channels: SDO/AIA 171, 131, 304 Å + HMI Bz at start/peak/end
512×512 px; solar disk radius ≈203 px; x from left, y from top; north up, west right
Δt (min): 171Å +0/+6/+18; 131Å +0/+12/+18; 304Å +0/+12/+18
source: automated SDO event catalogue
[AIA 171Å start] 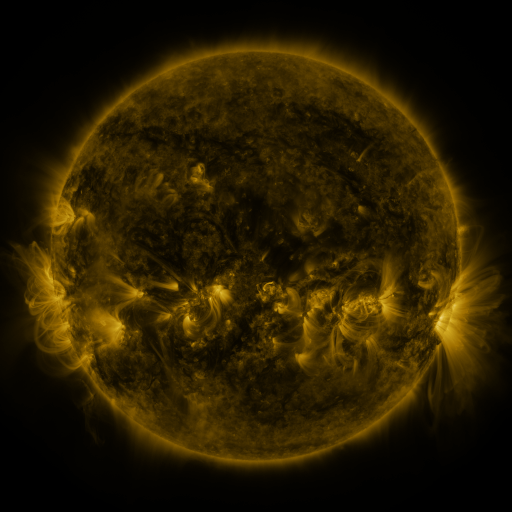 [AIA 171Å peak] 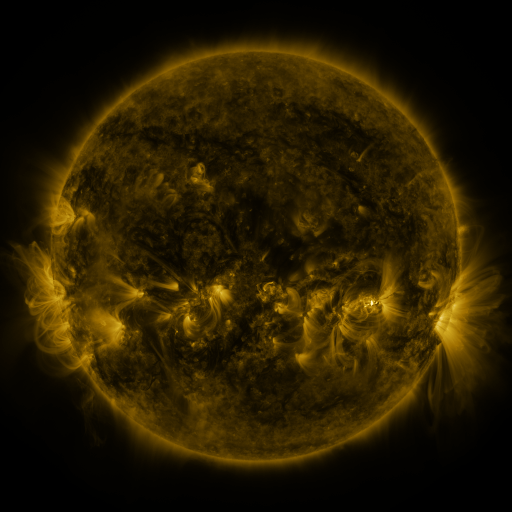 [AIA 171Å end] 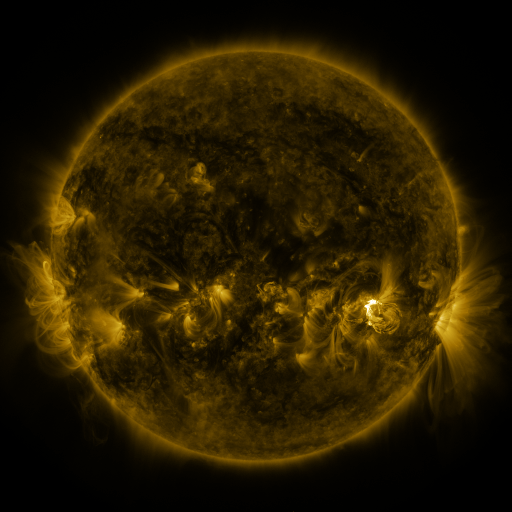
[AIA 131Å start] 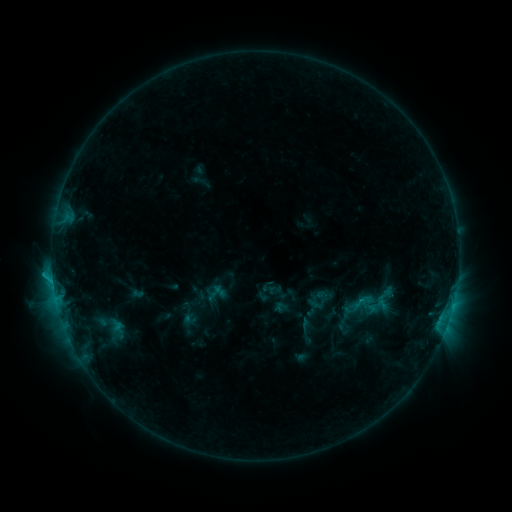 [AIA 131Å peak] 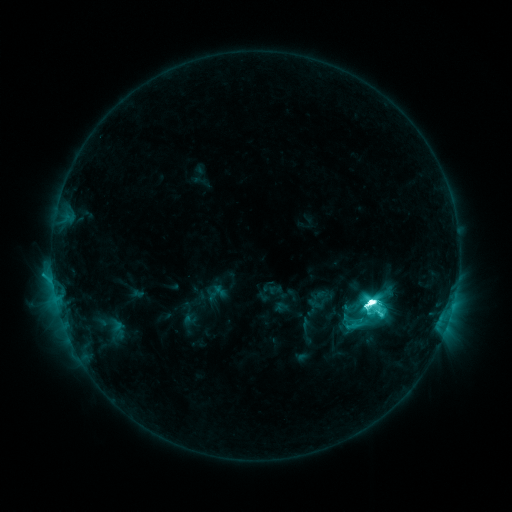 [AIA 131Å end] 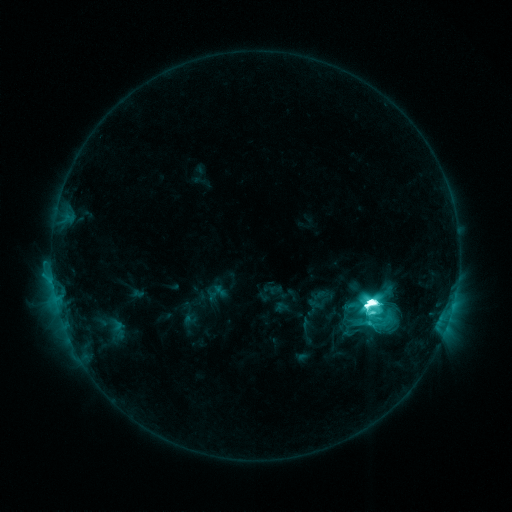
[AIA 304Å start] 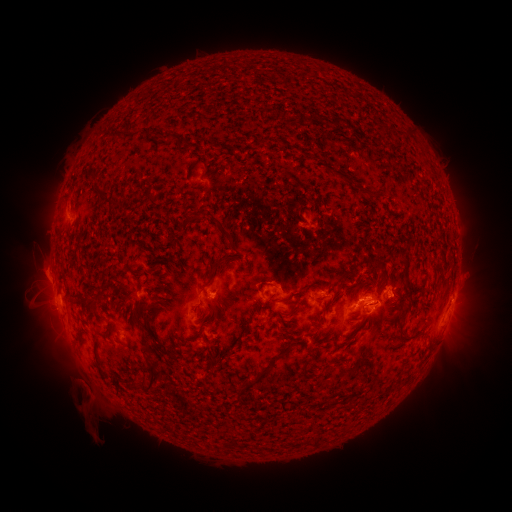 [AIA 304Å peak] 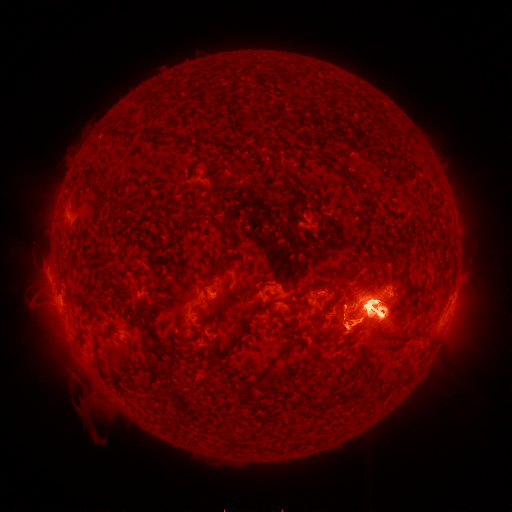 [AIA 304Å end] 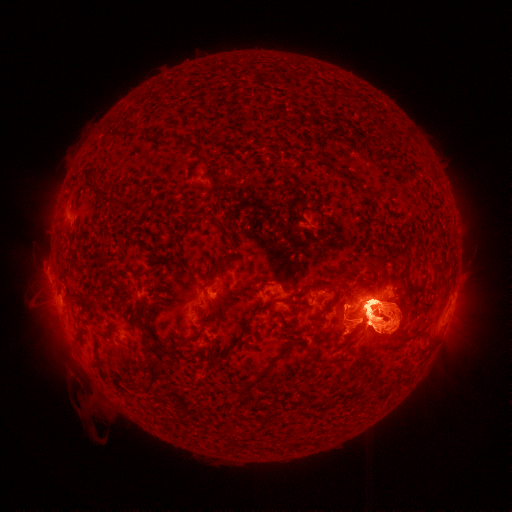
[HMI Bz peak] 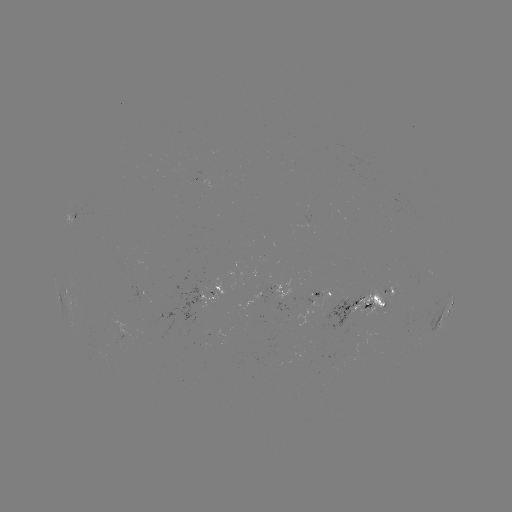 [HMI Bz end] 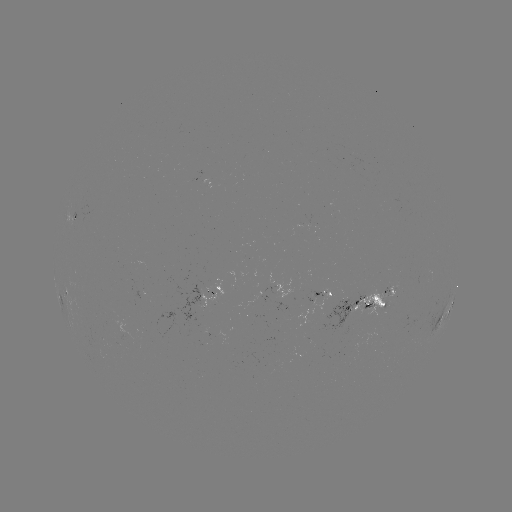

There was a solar flare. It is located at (371, 300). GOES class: M6.4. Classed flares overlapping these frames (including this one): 1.